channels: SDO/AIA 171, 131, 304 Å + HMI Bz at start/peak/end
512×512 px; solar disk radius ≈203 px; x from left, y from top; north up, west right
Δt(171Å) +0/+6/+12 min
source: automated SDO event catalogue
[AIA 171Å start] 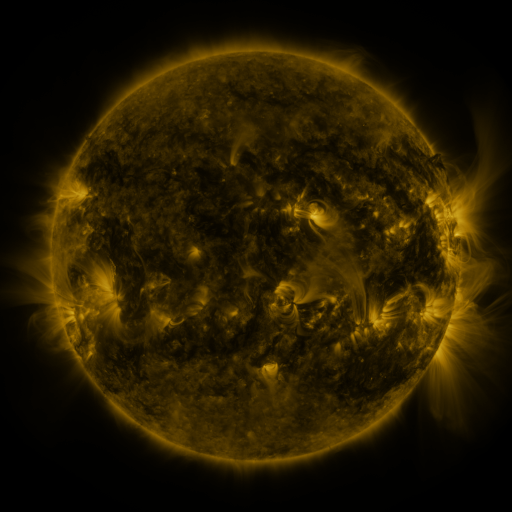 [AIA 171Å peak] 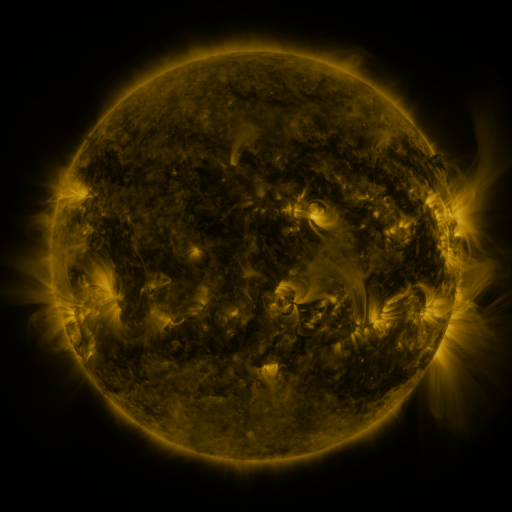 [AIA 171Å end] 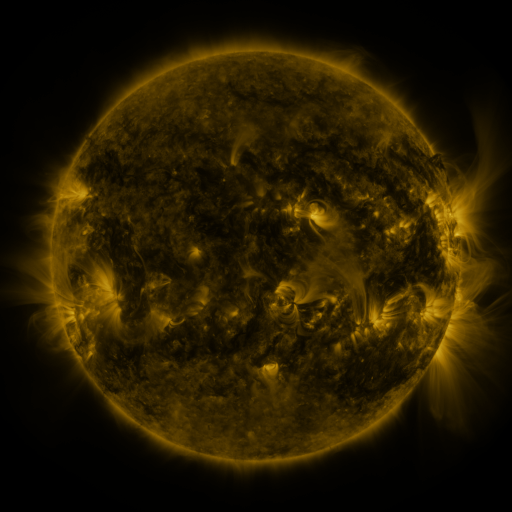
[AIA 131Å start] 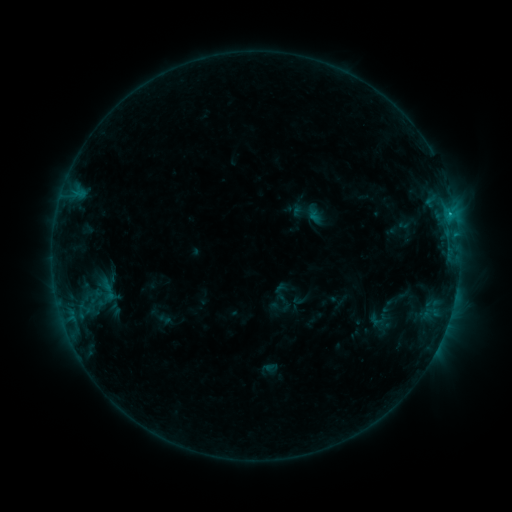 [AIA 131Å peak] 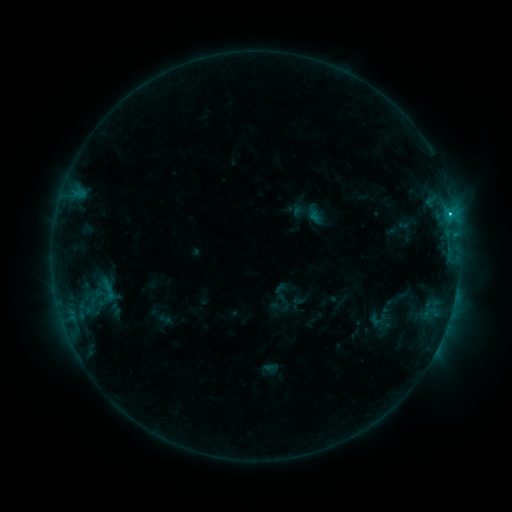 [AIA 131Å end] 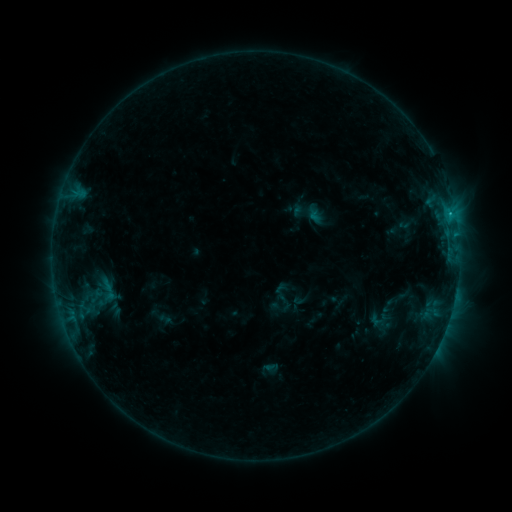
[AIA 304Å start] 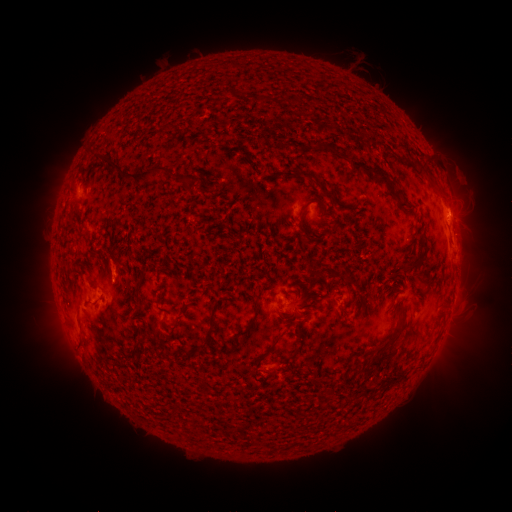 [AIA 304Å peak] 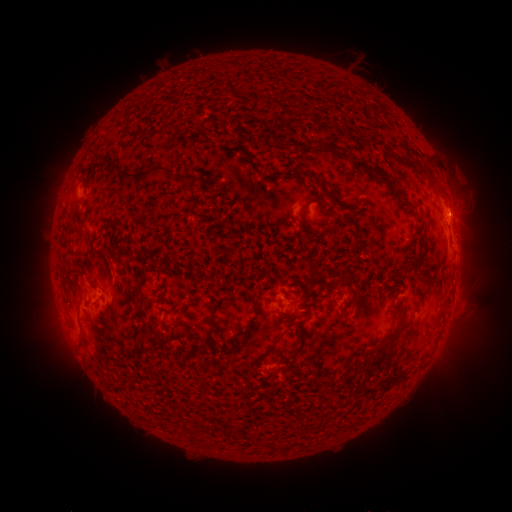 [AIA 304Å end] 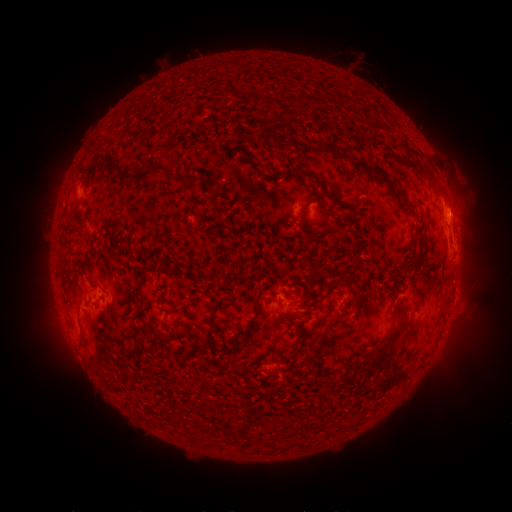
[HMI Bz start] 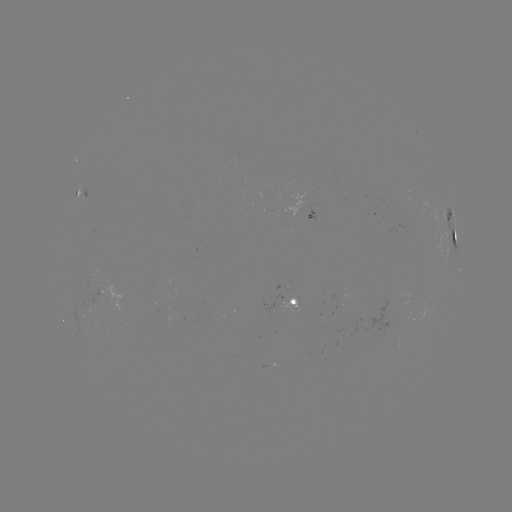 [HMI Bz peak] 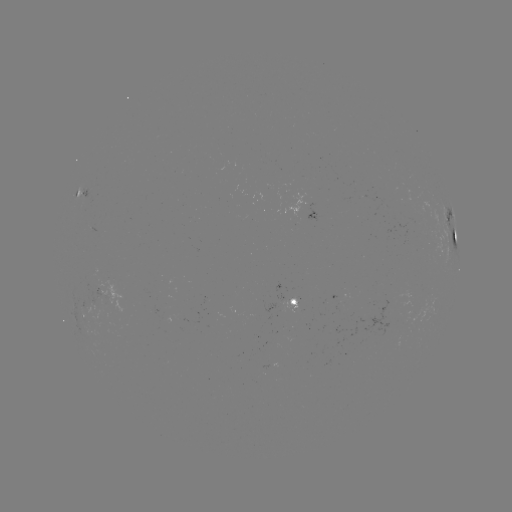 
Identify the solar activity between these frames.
C1.0 flare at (449, 215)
